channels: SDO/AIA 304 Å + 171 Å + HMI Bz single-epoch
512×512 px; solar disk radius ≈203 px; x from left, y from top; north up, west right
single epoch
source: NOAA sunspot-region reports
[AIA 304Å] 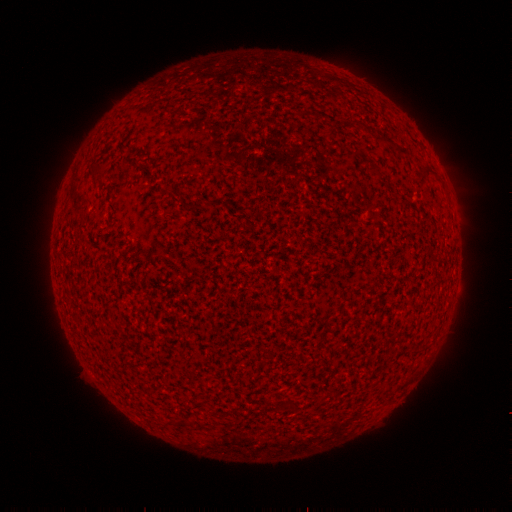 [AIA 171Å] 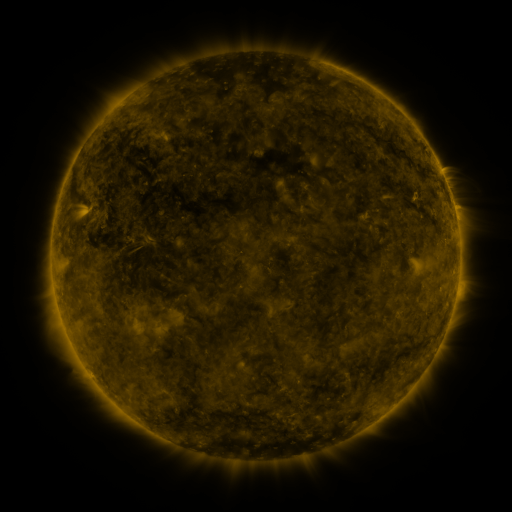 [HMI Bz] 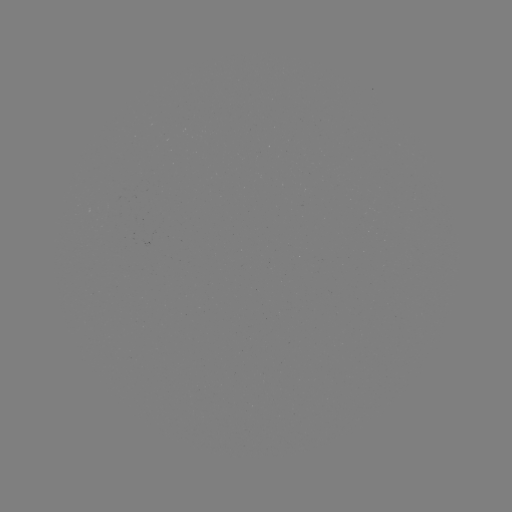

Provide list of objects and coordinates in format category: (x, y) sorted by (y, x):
(none)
